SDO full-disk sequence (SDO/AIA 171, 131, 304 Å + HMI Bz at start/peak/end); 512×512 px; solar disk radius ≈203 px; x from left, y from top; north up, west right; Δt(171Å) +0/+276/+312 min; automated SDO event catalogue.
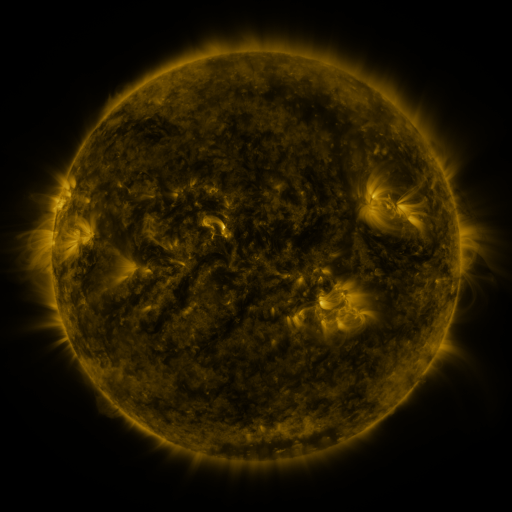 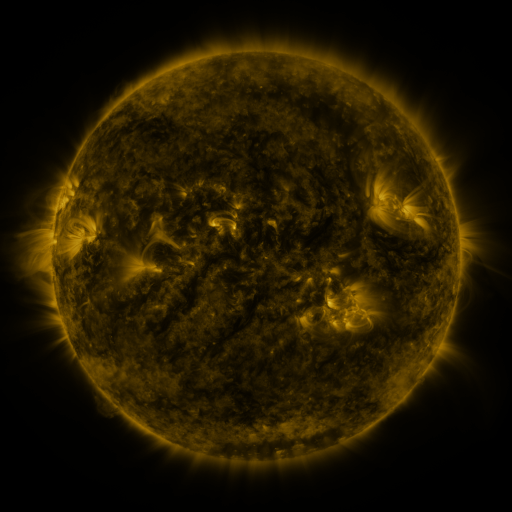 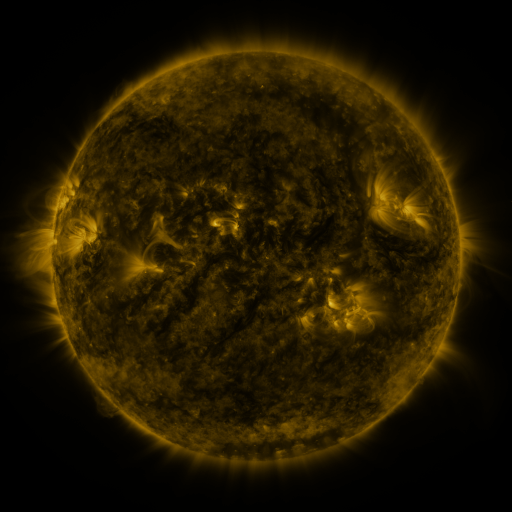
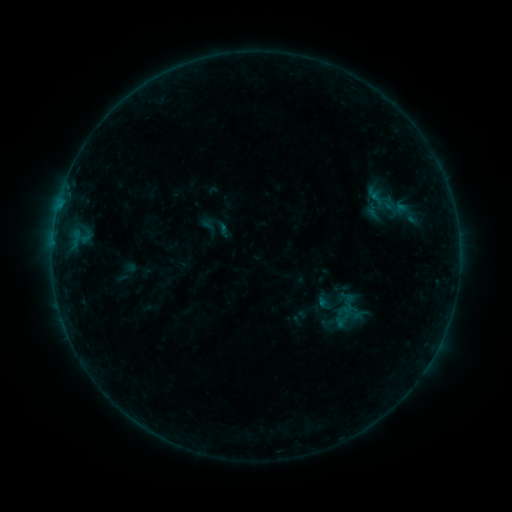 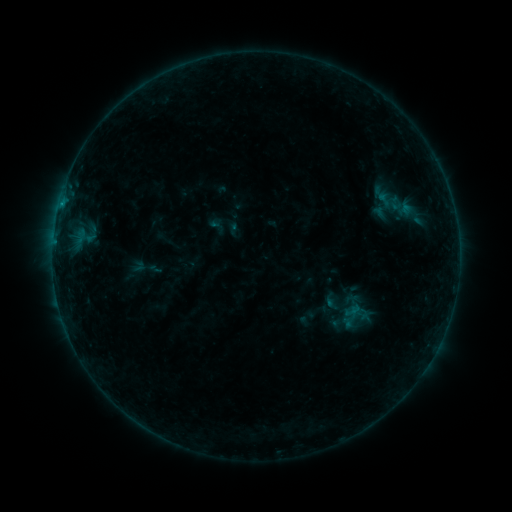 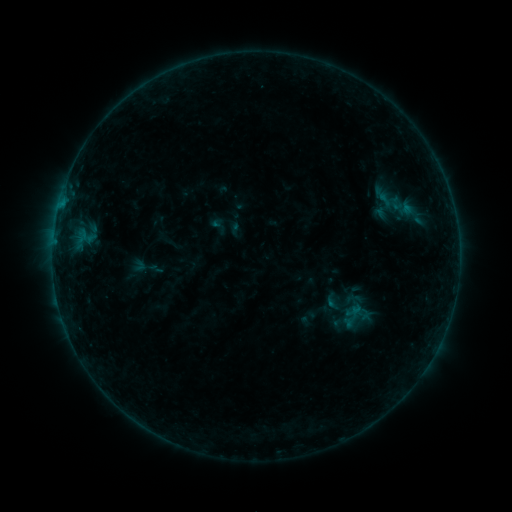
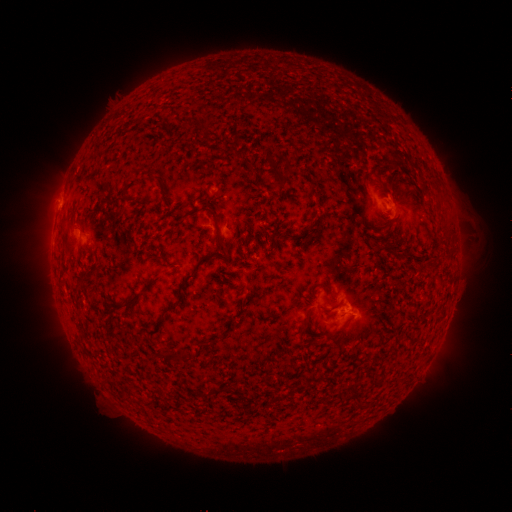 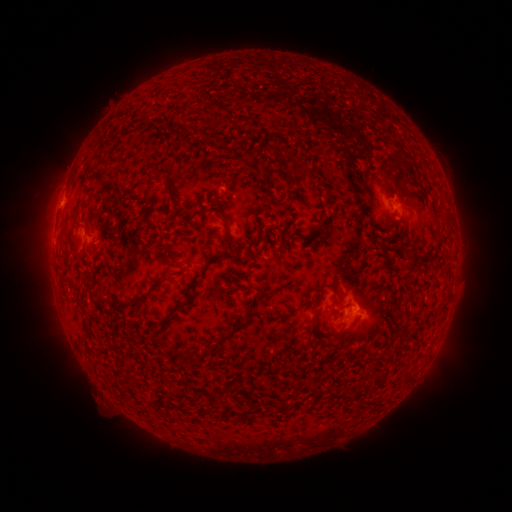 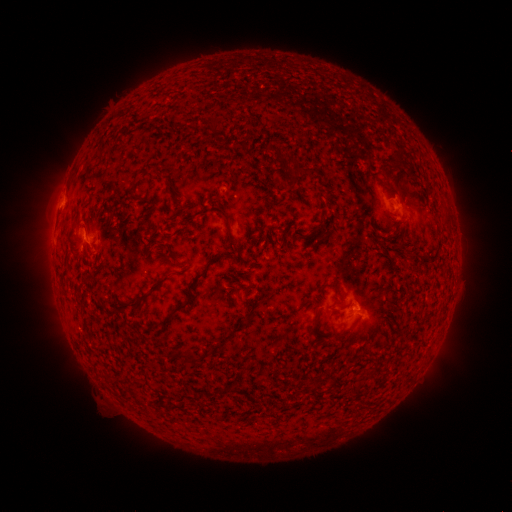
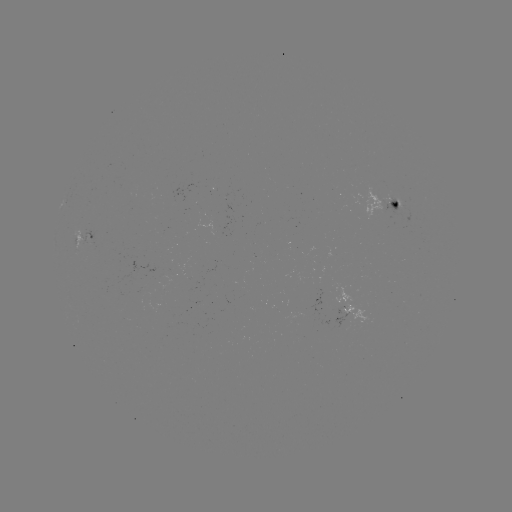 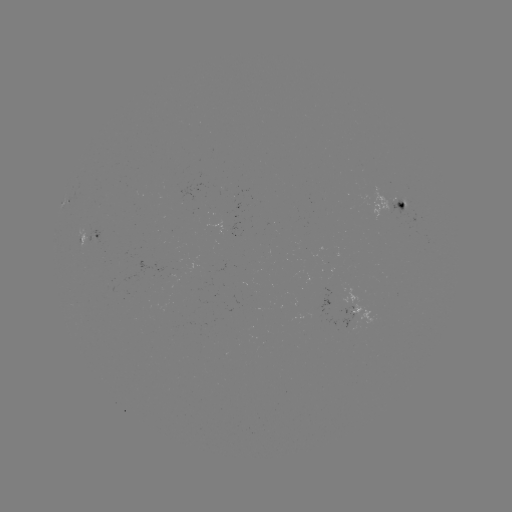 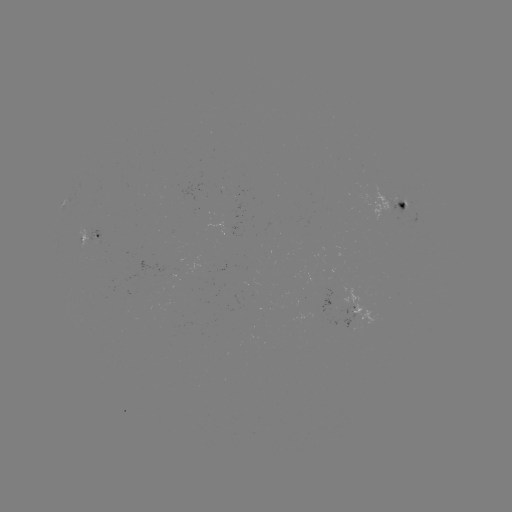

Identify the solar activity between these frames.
emerging-flux region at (90, 236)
